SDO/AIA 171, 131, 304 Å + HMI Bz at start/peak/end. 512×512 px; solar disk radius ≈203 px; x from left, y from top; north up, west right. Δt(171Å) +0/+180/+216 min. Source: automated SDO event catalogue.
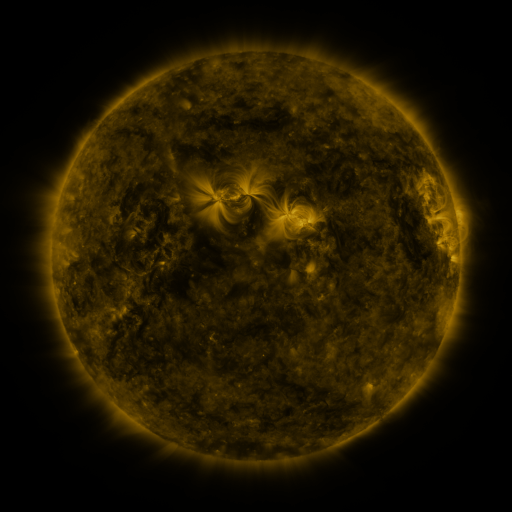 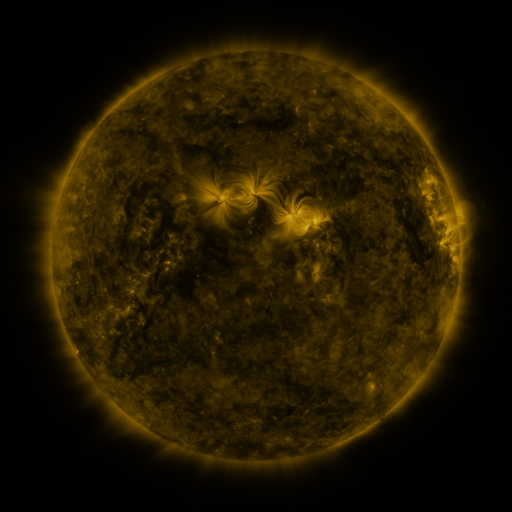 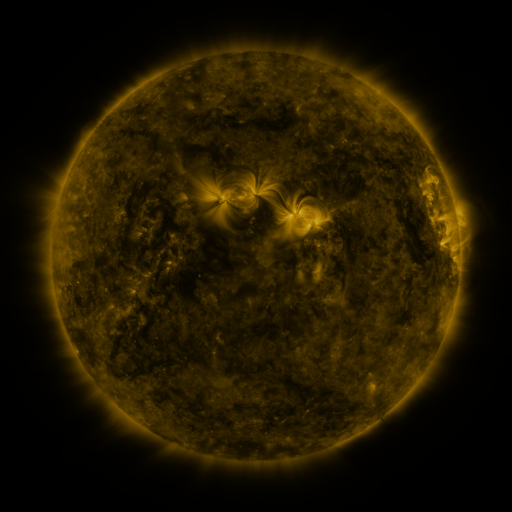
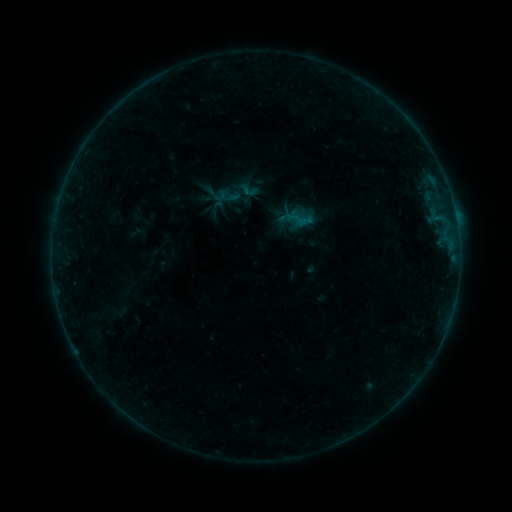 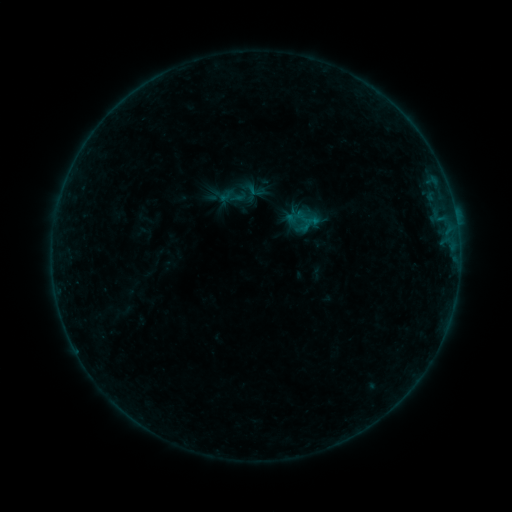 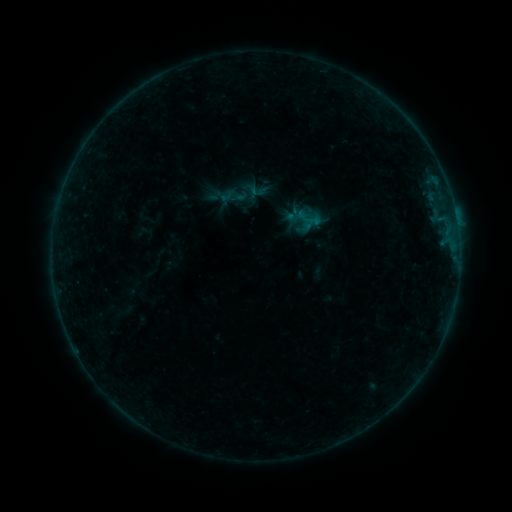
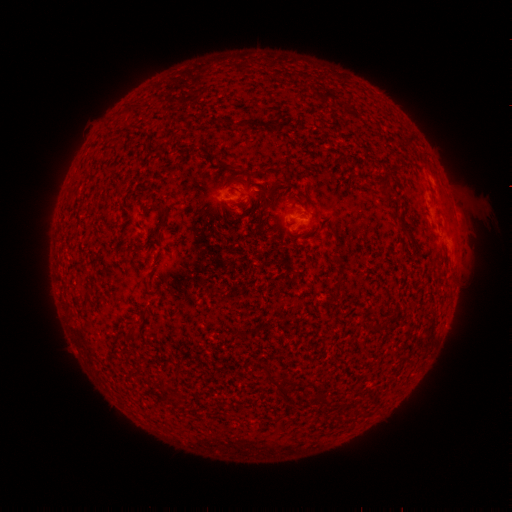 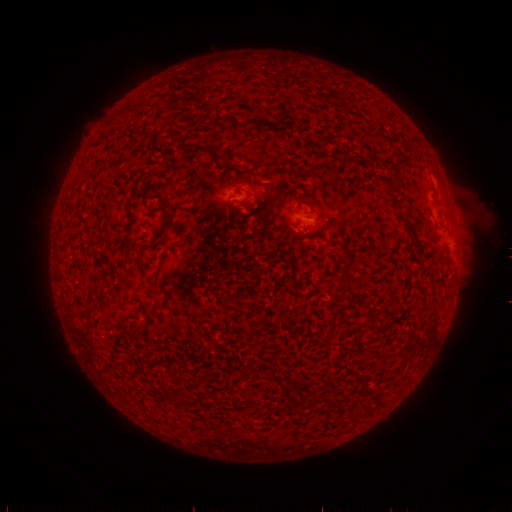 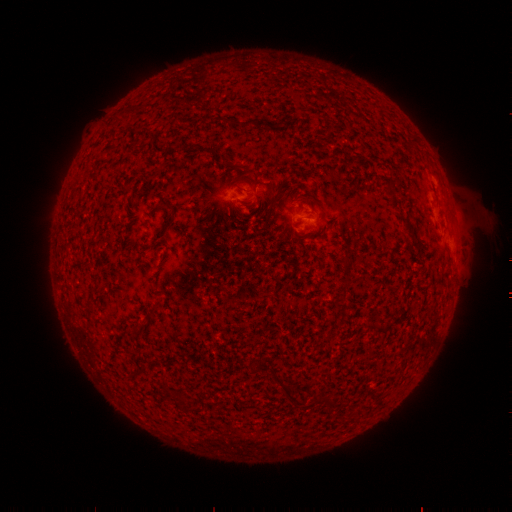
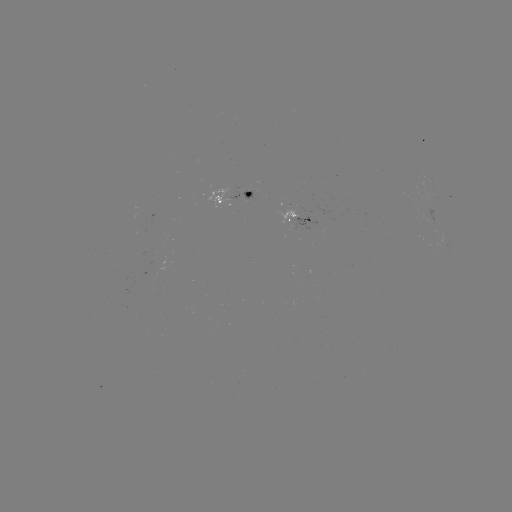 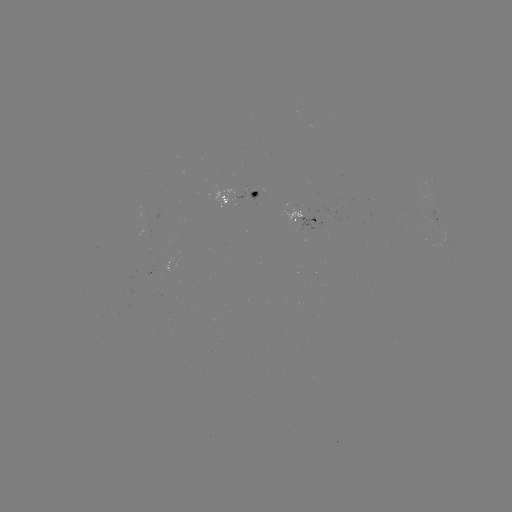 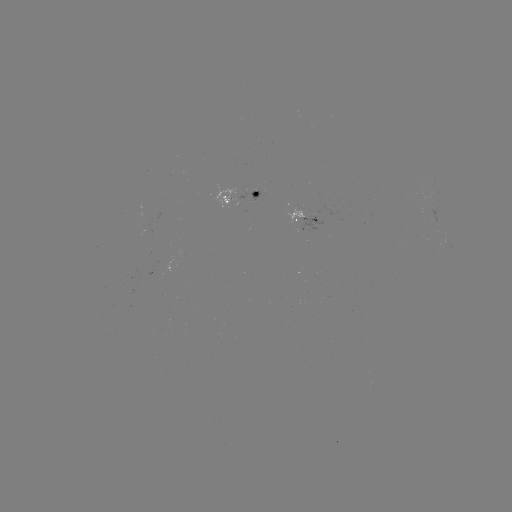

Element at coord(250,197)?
emerging-flux region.